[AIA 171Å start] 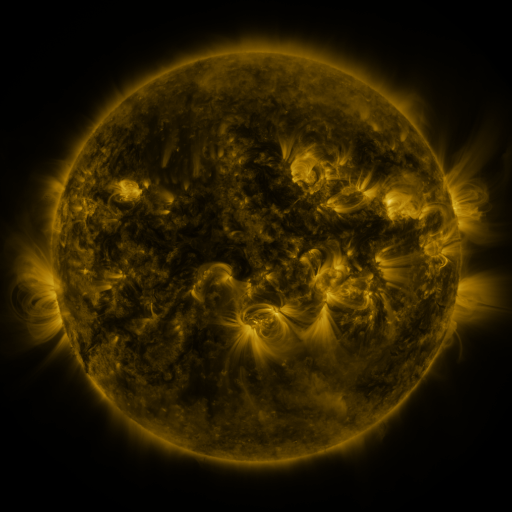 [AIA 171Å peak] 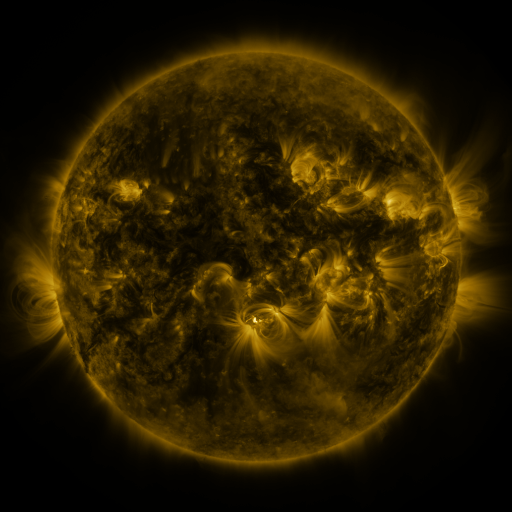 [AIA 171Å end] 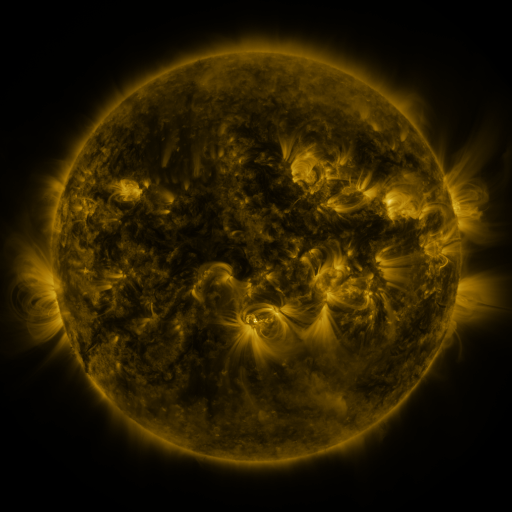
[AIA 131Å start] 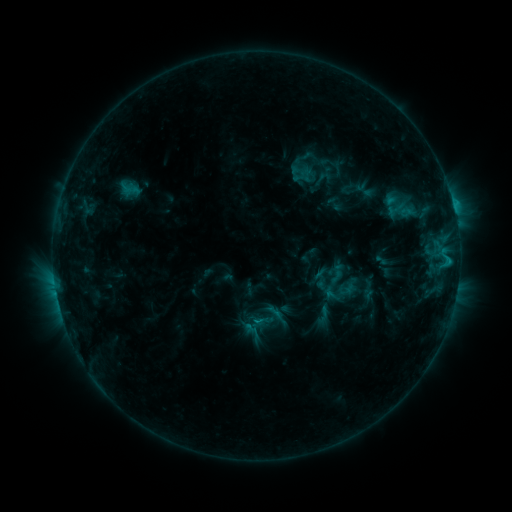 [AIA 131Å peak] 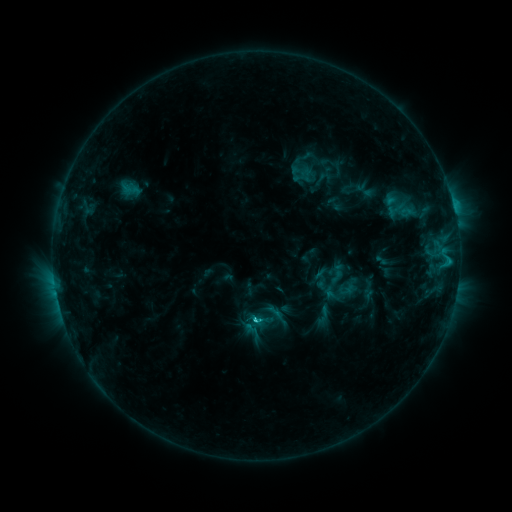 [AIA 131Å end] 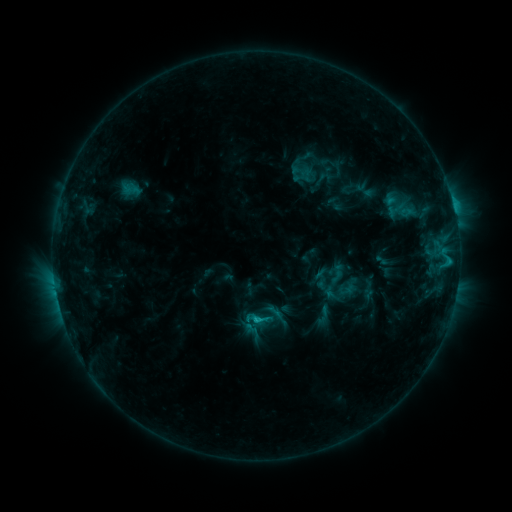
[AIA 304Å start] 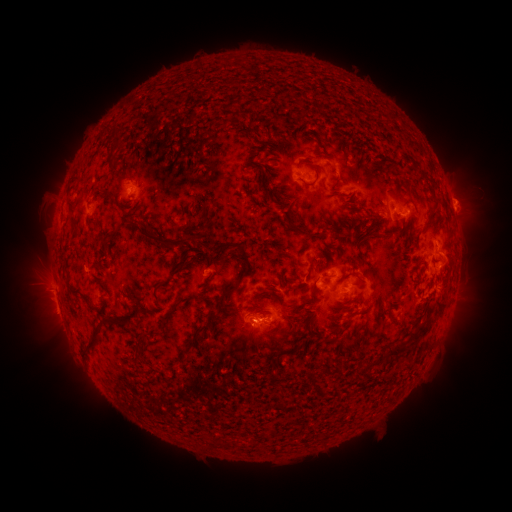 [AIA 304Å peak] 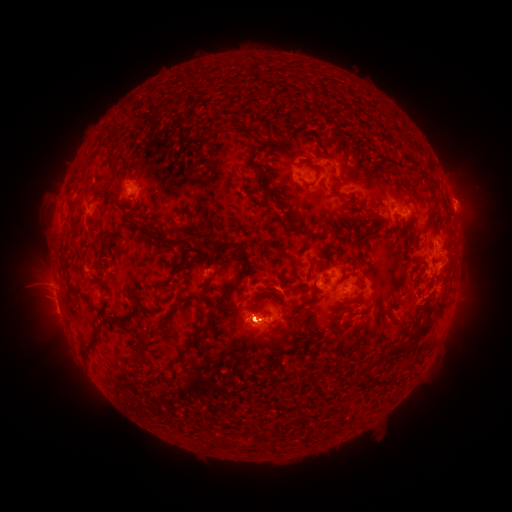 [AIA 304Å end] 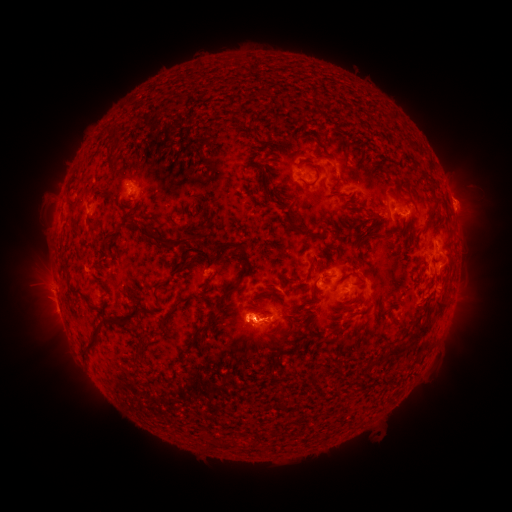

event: flare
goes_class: C2.7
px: (256, 318)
